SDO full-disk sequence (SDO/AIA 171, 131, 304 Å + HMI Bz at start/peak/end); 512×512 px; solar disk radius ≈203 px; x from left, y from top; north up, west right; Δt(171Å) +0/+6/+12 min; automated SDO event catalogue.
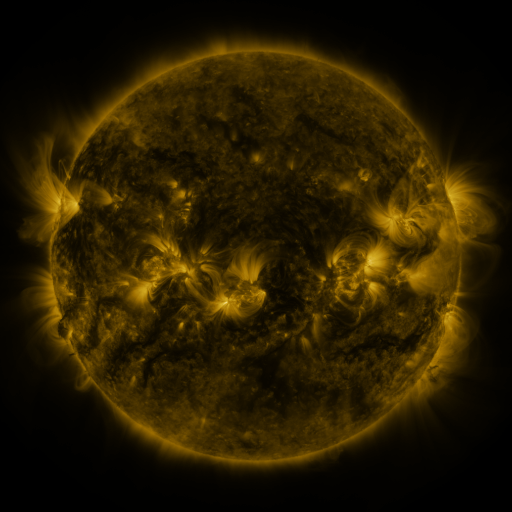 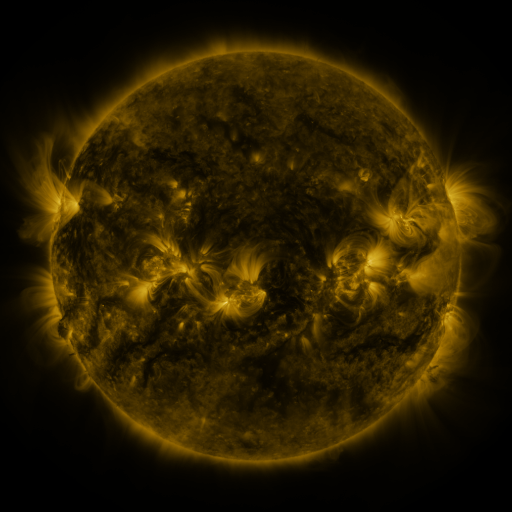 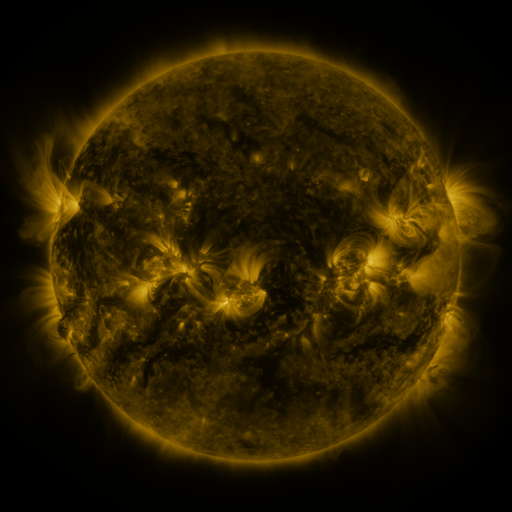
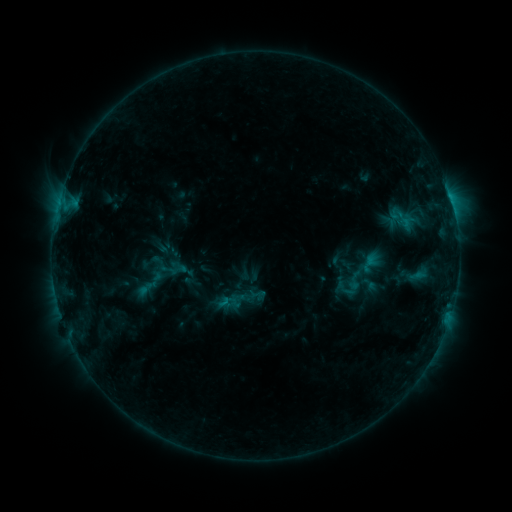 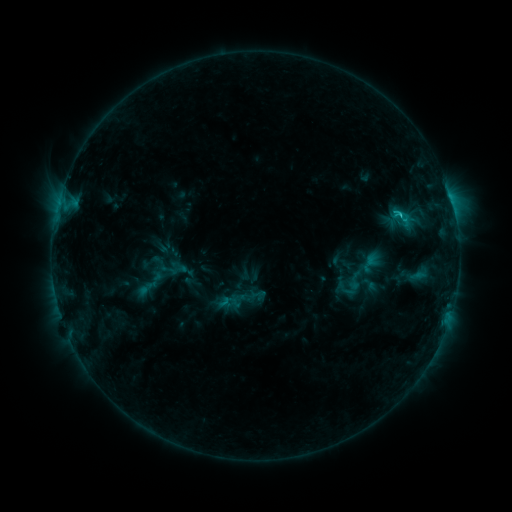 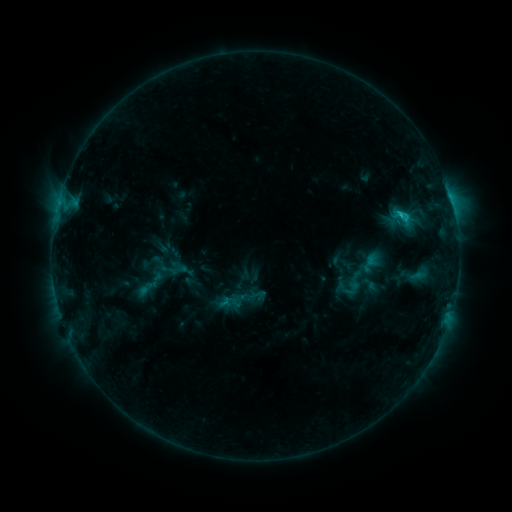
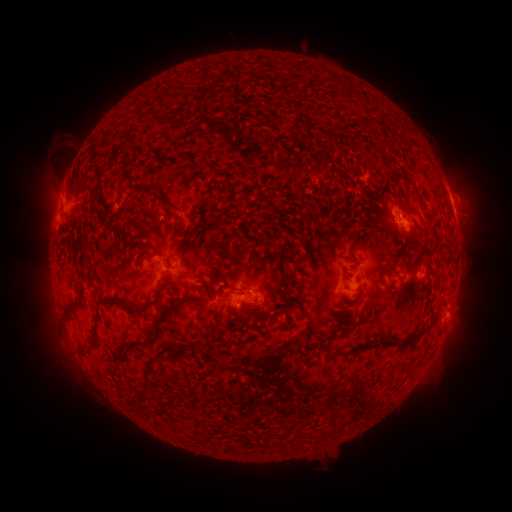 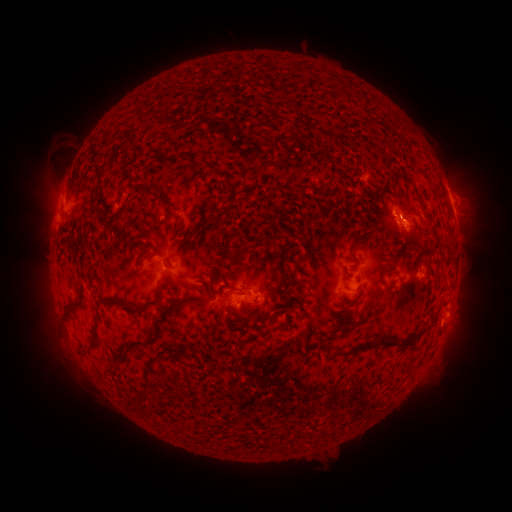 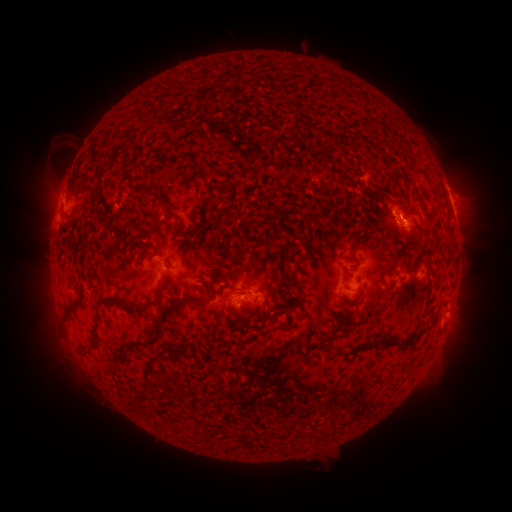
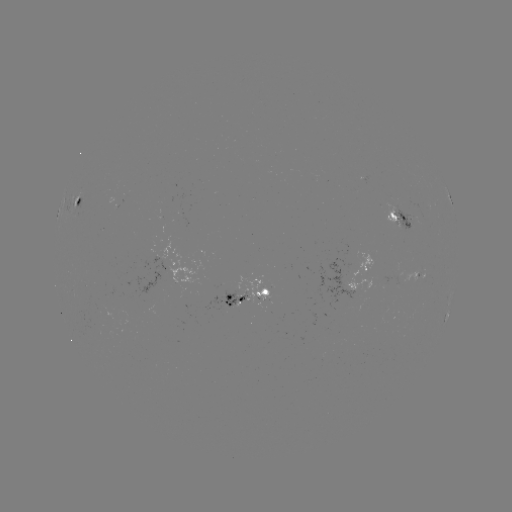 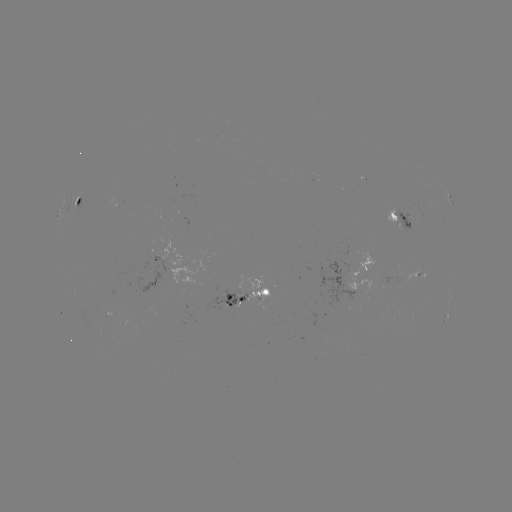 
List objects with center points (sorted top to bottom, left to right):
C1.7 flare: (399, 216)
